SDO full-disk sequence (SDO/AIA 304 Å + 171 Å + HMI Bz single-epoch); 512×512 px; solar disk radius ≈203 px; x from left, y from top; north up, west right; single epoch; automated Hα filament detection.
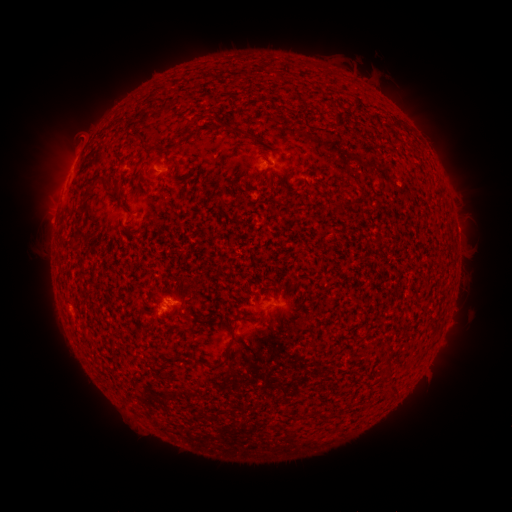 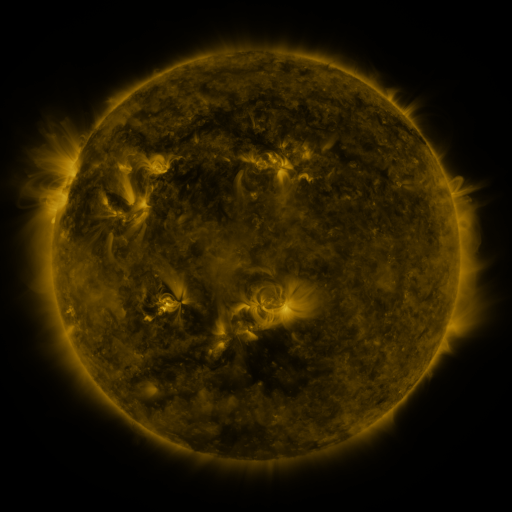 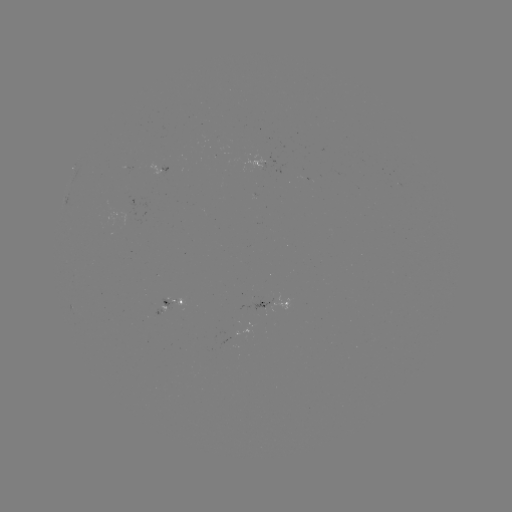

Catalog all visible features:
filament: (298, 70, 311, 77)
filament: (90, 72, 183, 150)
filament: (395, 124, 406, 133)
filament: (188, 127, 195, 136)
filament: (228, 130, 258, 145)
filament: (291, 173, 299, 184)
filament: (93, 186, 101, 195)
filament: (110, 190, 125, 201)
filament: (337, 205, 346, 221)
filament: (244, 316, 267, 323)
filament: (220, 361, 231, 373)
filament: (388, 390, 397, 399)
